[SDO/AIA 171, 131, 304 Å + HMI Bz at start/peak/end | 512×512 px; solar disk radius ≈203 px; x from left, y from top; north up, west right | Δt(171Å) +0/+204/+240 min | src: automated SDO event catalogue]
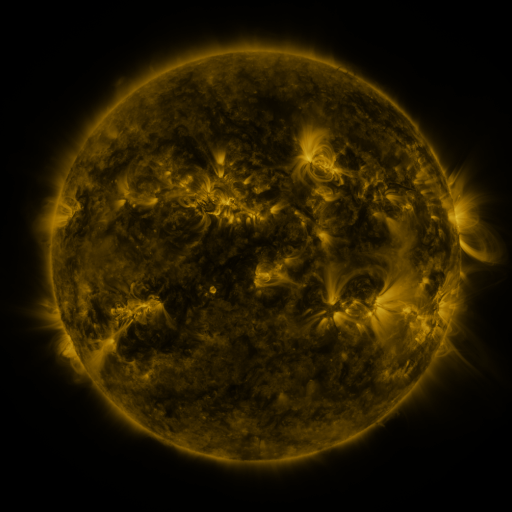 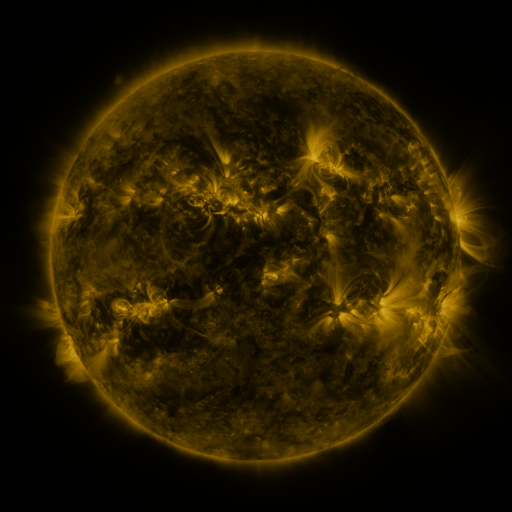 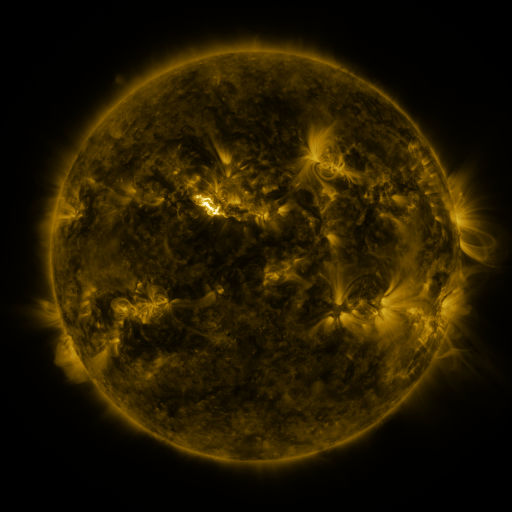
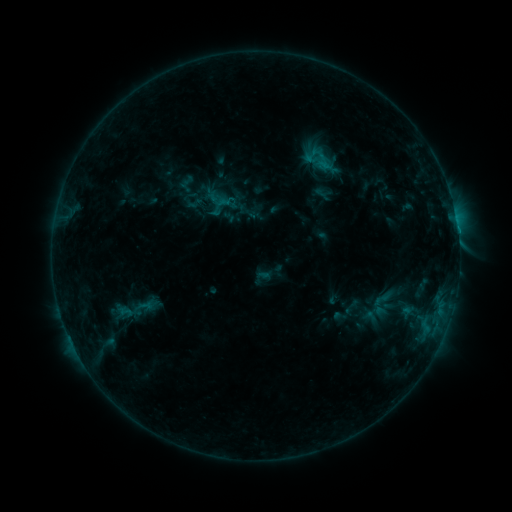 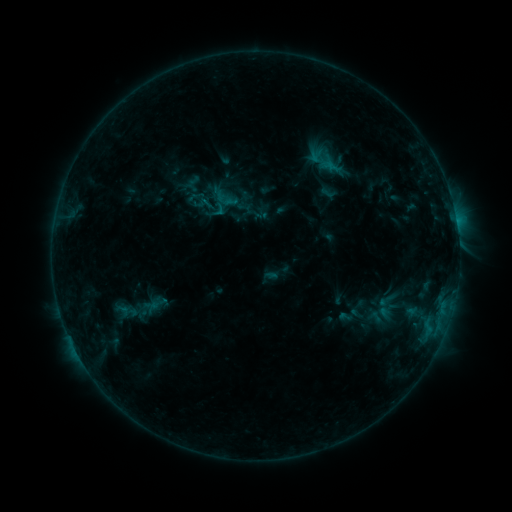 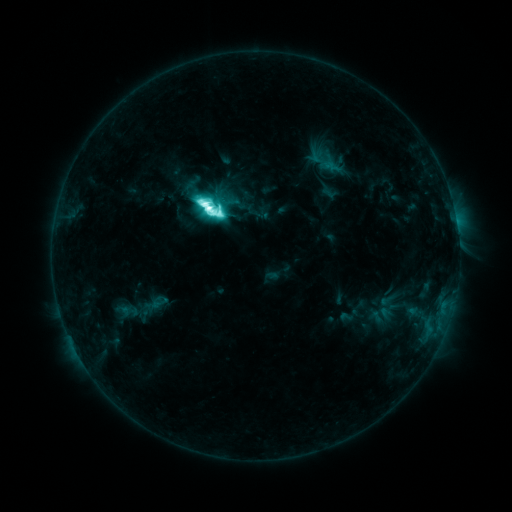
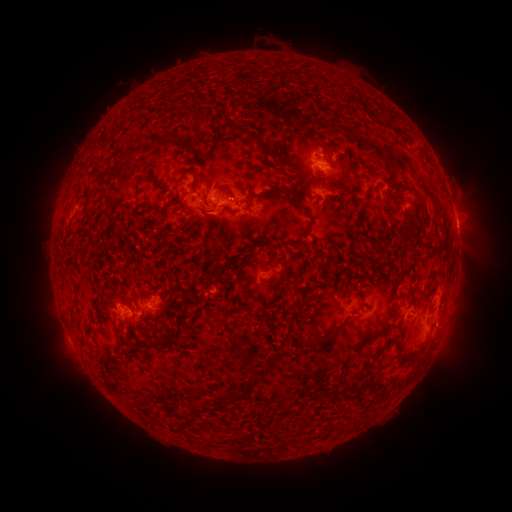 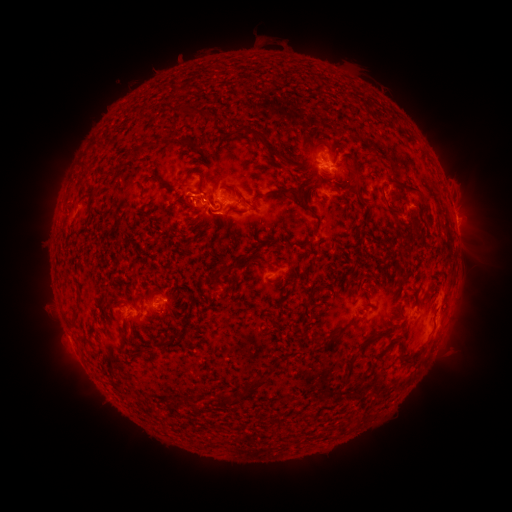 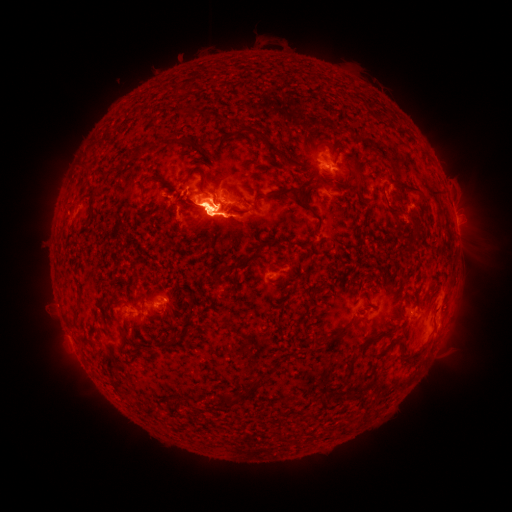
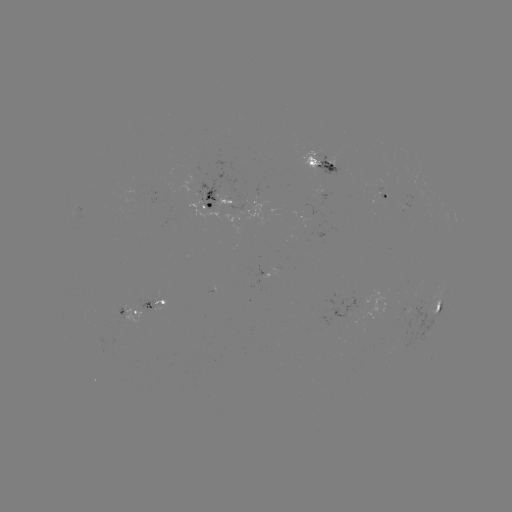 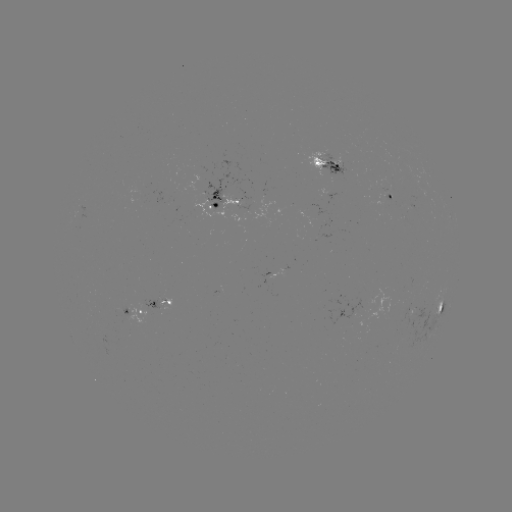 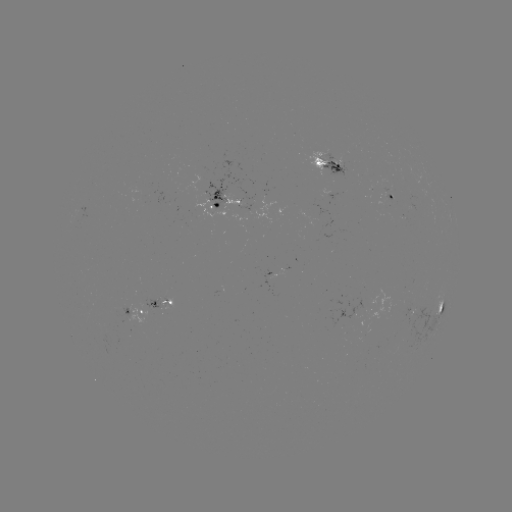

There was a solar emerging-flux region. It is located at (355, 311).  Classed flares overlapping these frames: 1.